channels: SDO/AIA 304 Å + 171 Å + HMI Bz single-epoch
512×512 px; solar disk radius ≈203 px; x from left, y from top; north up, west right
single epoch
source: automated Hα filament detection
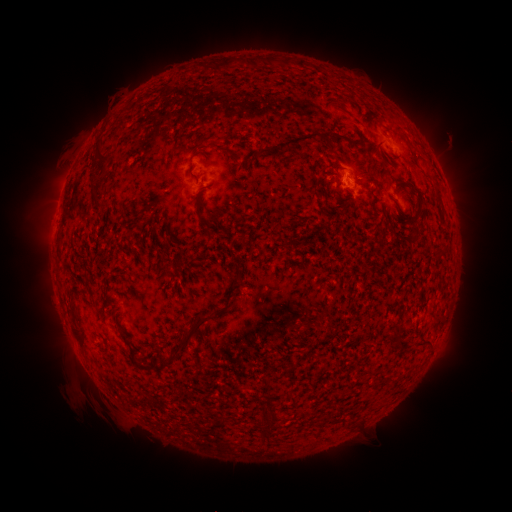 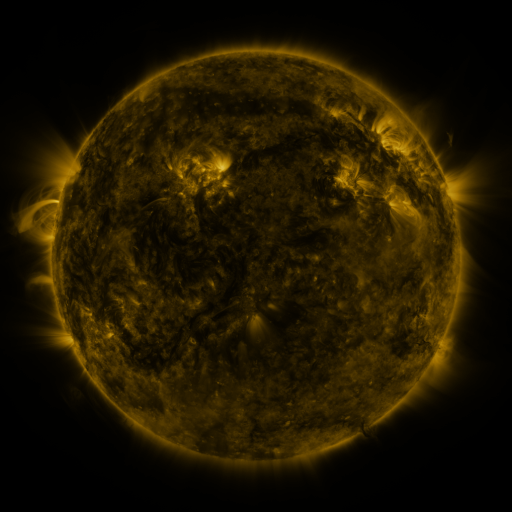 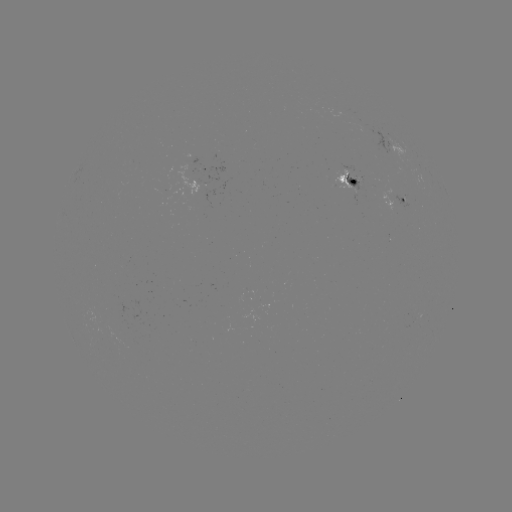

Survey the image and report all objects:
filament: <bbox>285, 132, 321, 149</bbox>
filament: <bbox>335, 135, 345, 150</bbox>
filament: <bbox>93, 141, 109, 163</bbox>
filament: <bbox>94, 197, 107, 207</bbox>
filament: <bbox>175, 311, 212, 350</bbox>
filament: <bbox>119, 330, 139, 368</bbox>
